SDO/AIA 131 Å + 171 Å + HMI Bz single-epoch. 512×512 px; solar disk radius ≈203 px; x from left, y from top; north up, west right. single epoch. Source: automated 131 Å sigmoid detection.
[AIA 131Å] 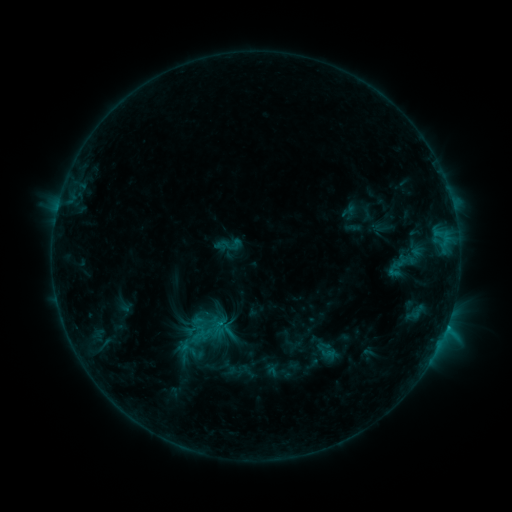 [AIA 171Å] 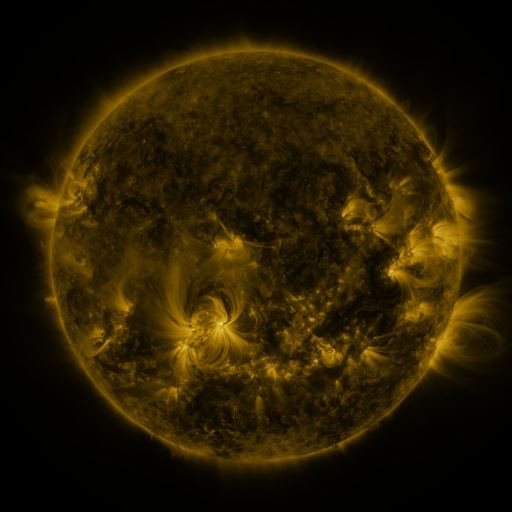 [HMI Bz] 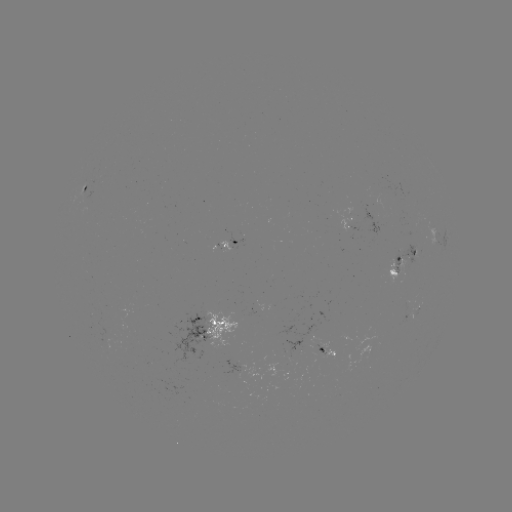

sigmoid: <bbox>213, 230, 242, 260</bbox>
